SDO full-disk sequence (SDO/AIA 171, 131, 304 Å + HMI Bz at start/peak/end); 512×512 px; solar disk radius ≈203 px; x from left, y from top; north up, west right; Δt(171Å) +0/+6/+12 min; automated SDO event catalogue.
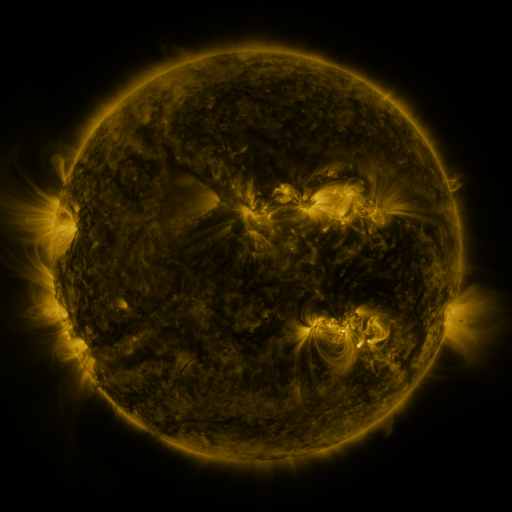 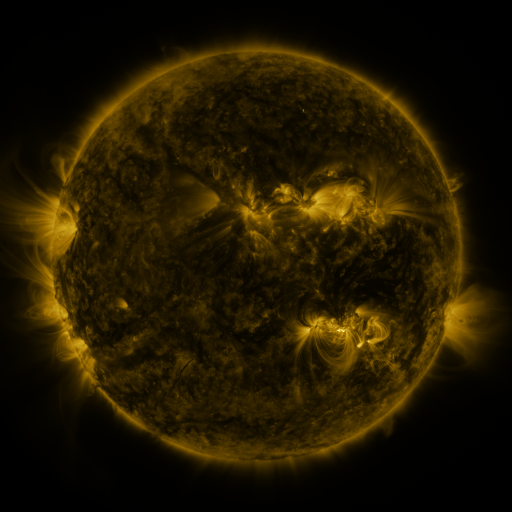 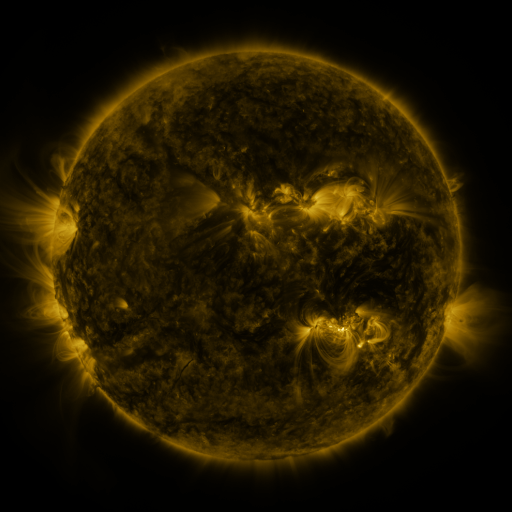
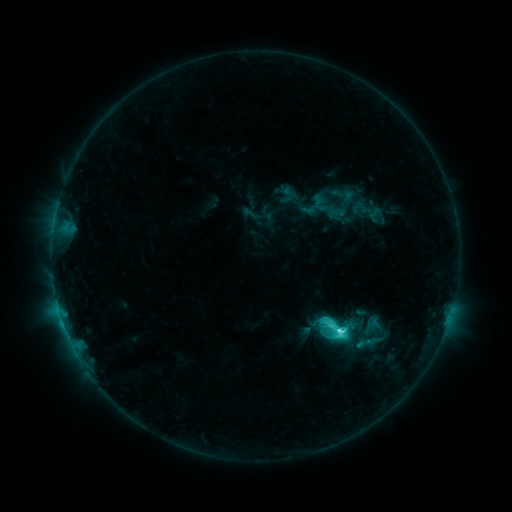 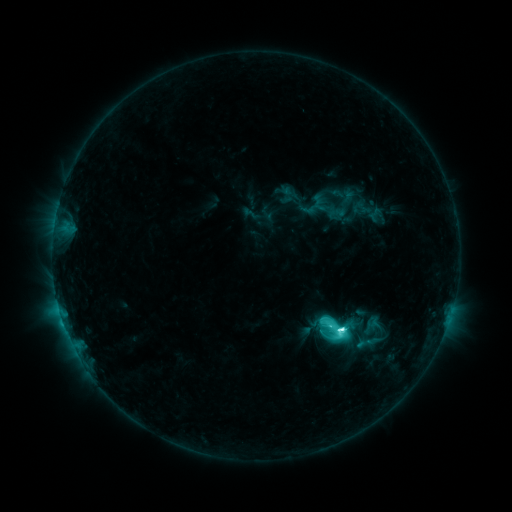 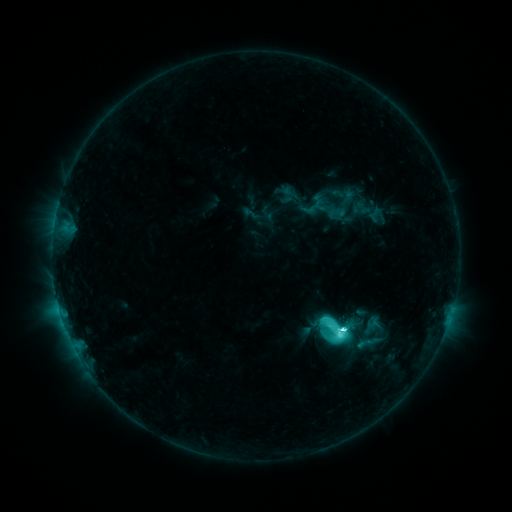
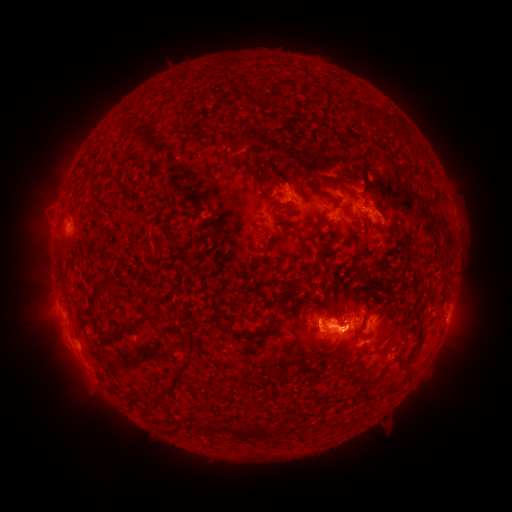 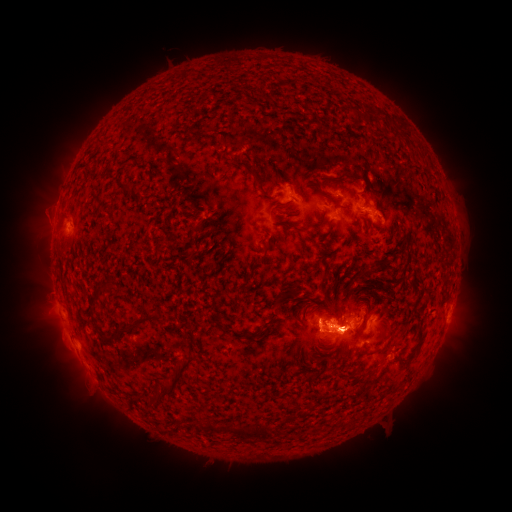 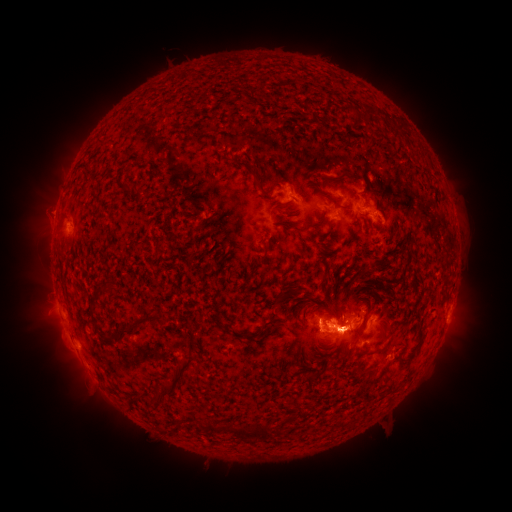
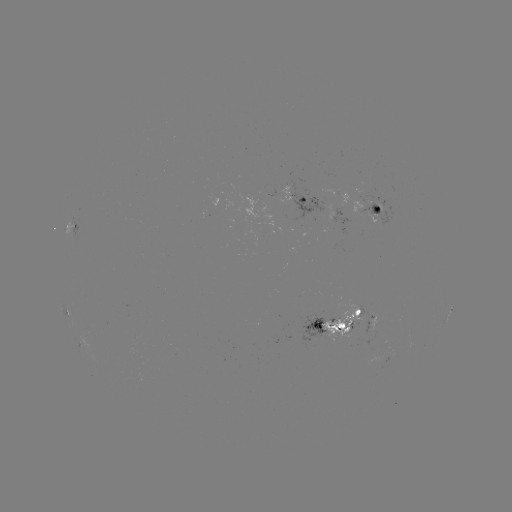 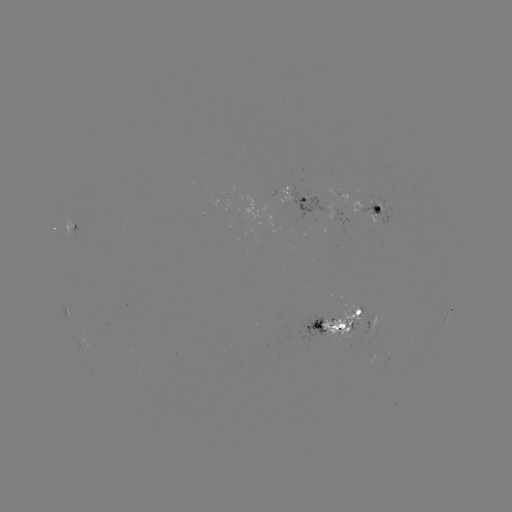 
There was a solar flare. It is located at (253, 459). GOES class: M1.2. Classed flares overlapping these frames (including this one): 1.